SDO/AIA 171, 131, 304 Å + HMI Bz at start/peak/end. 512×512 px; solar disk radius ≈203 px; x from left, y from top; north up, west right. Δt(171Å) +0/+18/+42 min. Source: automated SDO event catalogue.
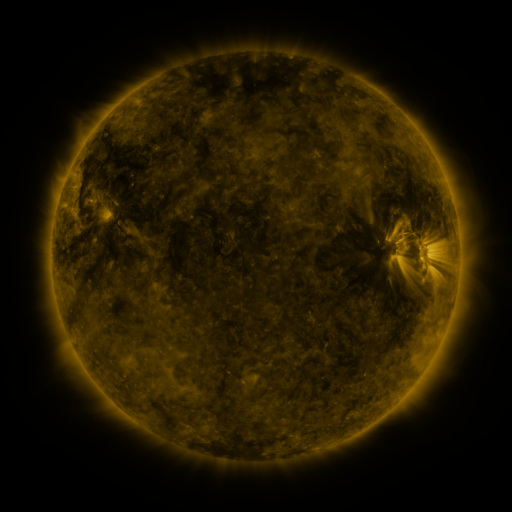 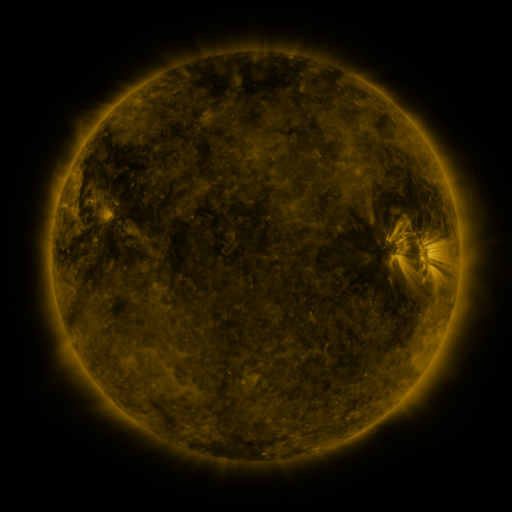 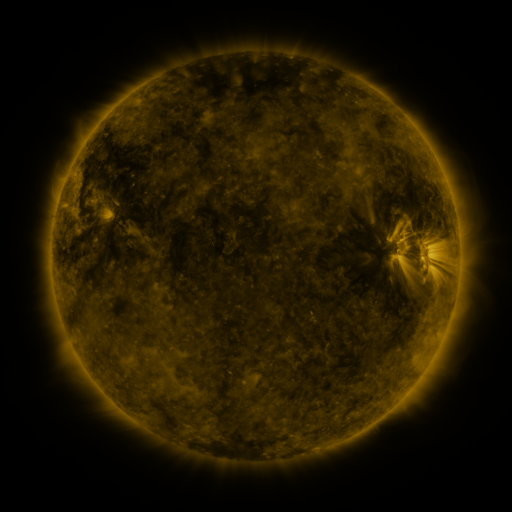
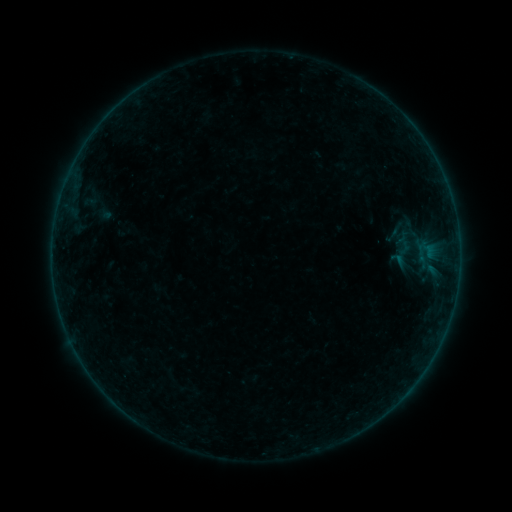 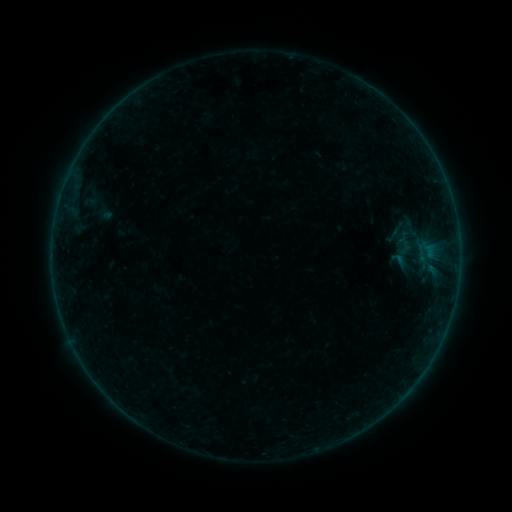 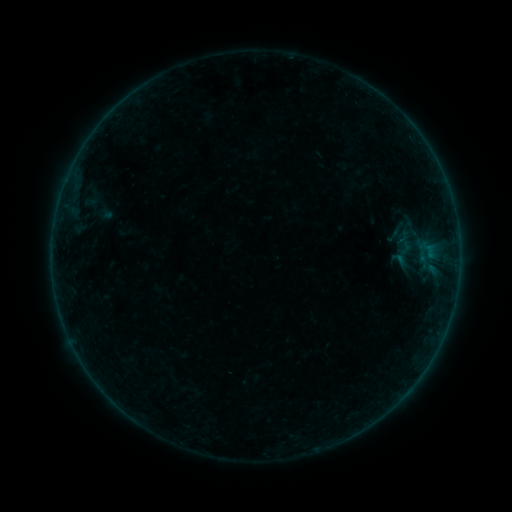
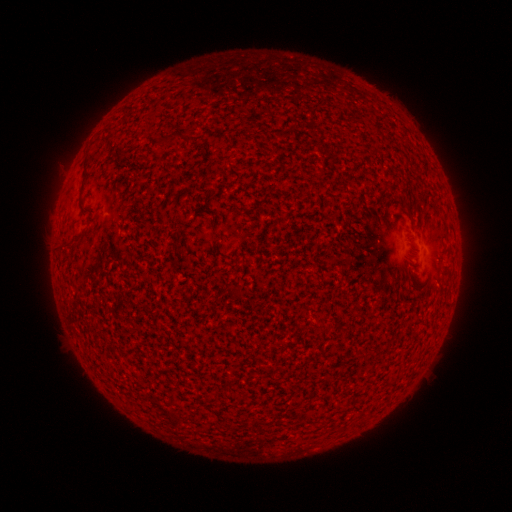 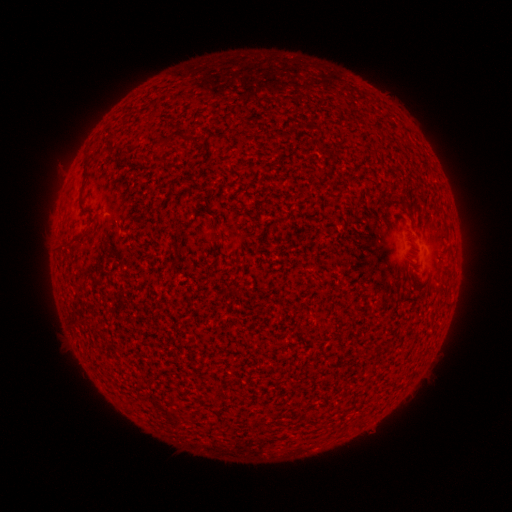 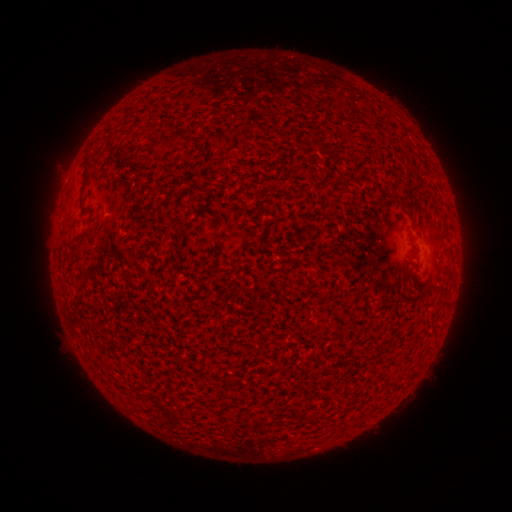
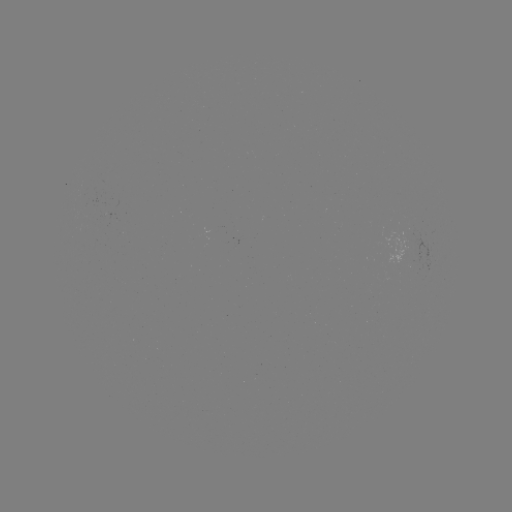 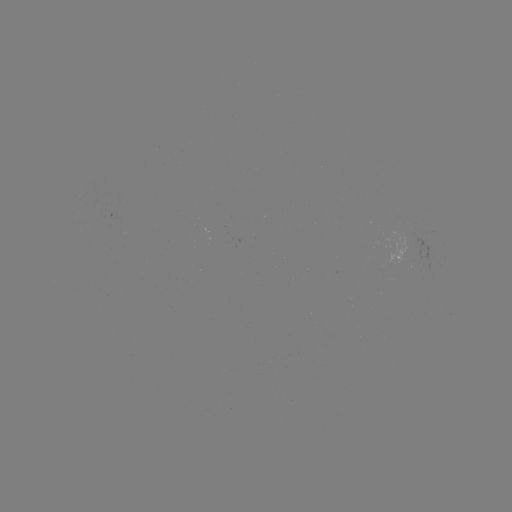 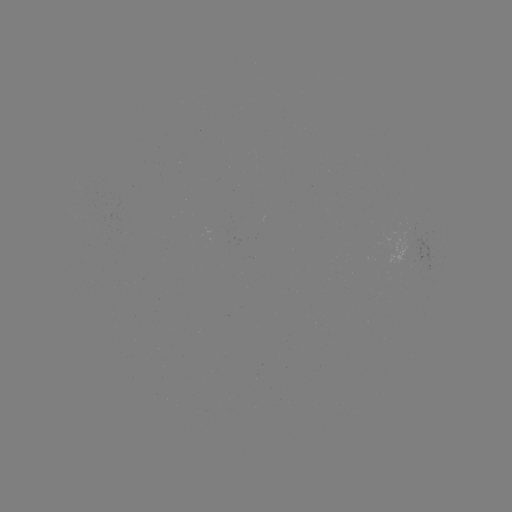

no flare in any classed list; no EUV-trigger detection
